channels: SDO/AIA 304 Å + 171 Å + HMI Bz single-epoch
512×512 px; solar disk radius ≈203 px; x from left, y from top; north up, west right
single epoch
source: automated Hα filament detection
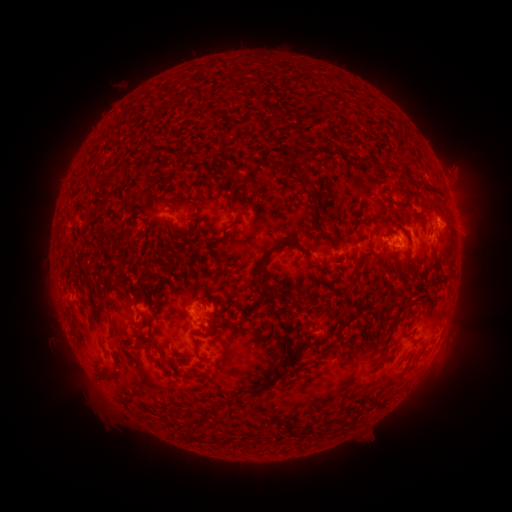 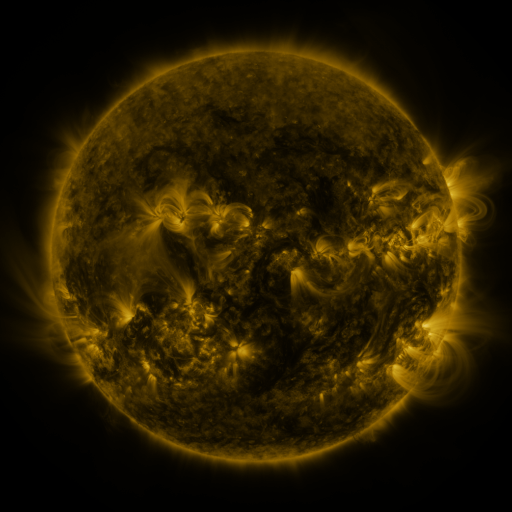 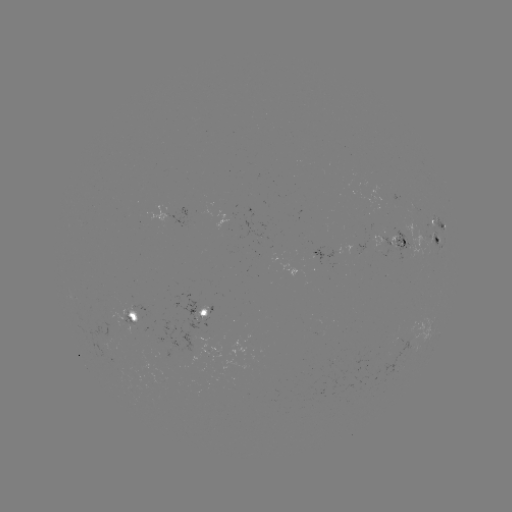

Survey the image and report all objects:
filament: [298, 139, 309, 150]
filament: [388, 165, 399, 174]
filament: [302, 180, 314, 190]
filament: [404, 189, 410, 205]
filament: [385, 199, 397, 208]
filament: [255, 238, 313, 300]
filament: [407, 258, 416, 268]
filament: [334, 315, 357, 334]
filament: [271, 361, 284, 368]
filament: [100, 367, 117, 379]
filament: [189, 415, 200, 425]
